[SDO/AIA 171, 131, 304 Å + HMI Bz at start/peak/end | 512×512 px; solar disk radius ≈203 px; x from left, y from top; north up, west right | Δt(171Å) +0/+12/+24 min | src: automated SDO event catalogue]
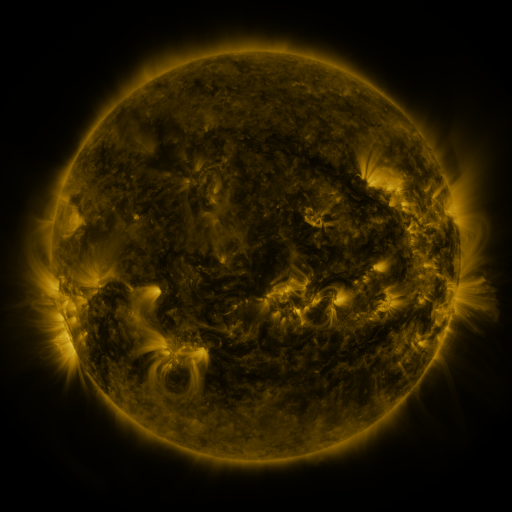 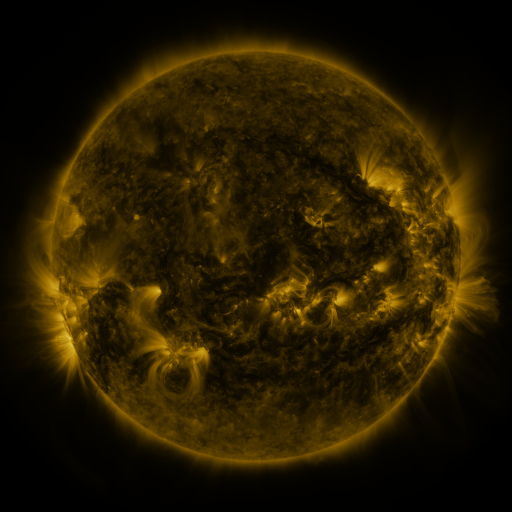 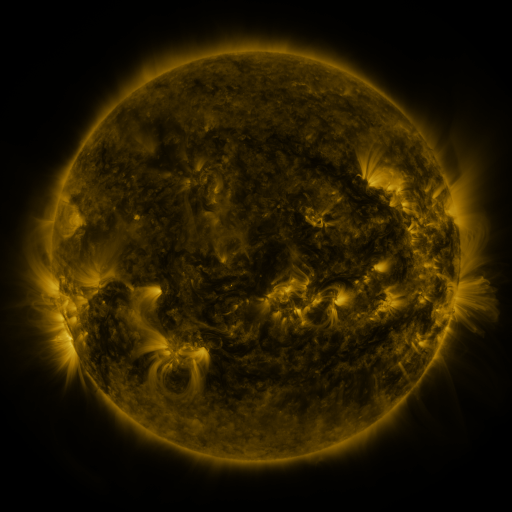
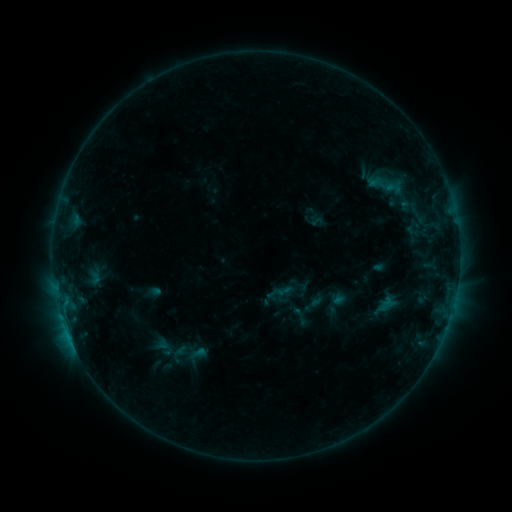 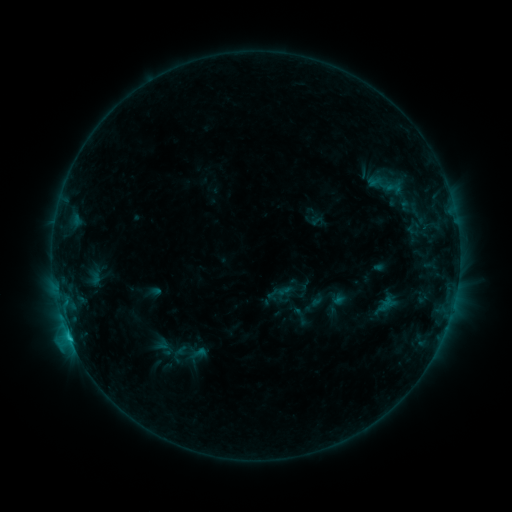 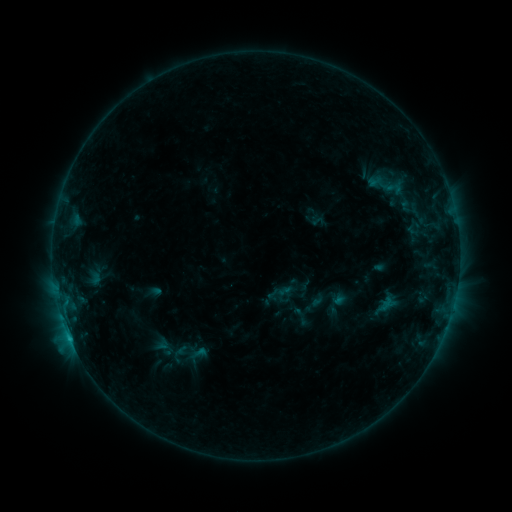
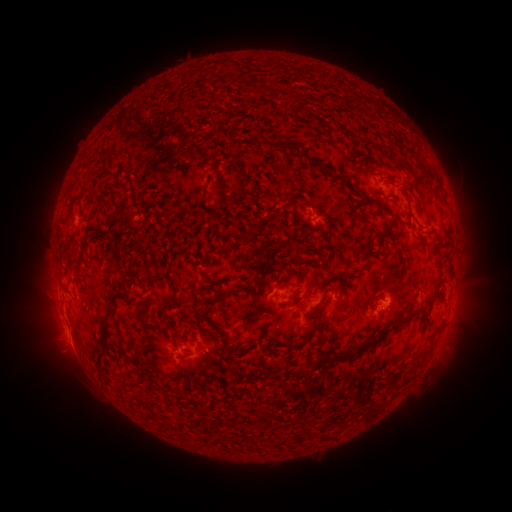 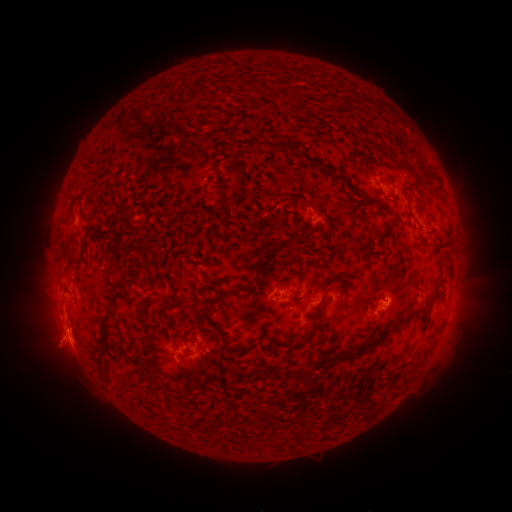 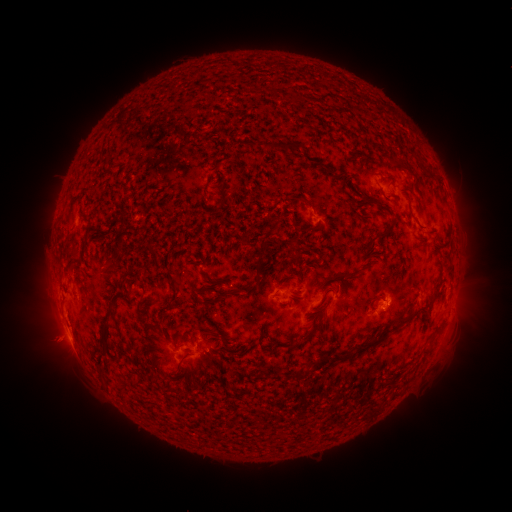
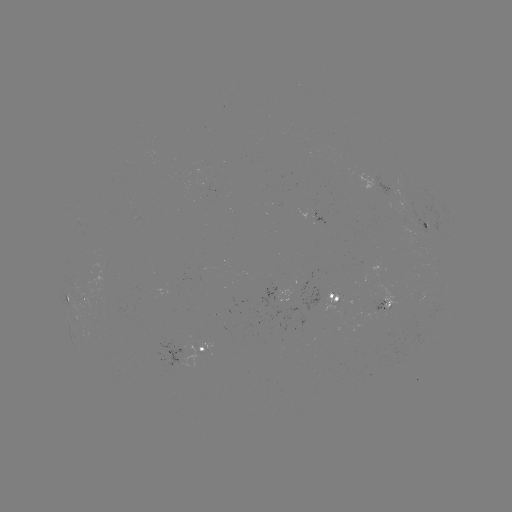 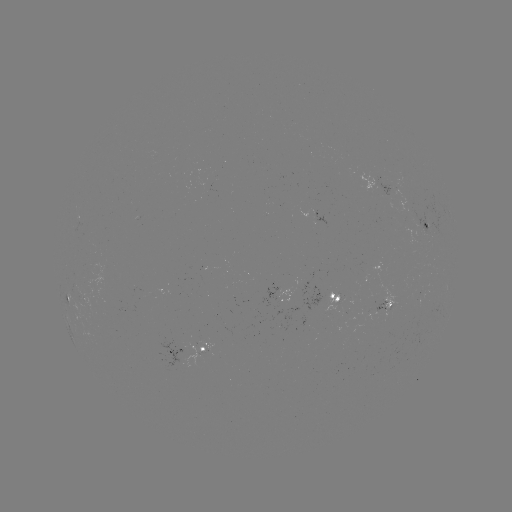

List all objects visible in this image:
eruption: (58, 343)
